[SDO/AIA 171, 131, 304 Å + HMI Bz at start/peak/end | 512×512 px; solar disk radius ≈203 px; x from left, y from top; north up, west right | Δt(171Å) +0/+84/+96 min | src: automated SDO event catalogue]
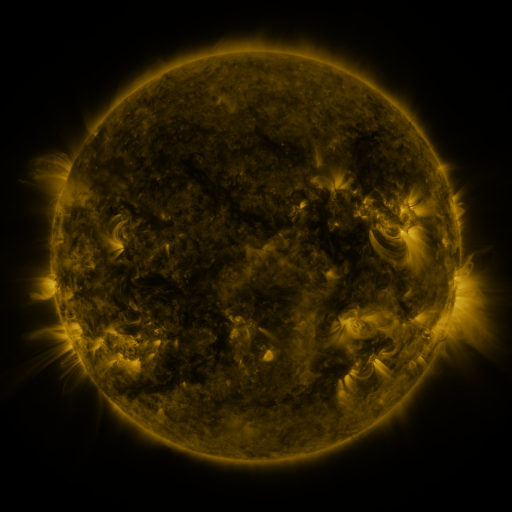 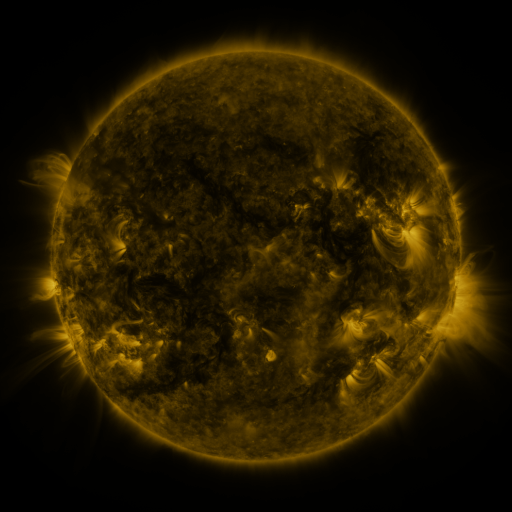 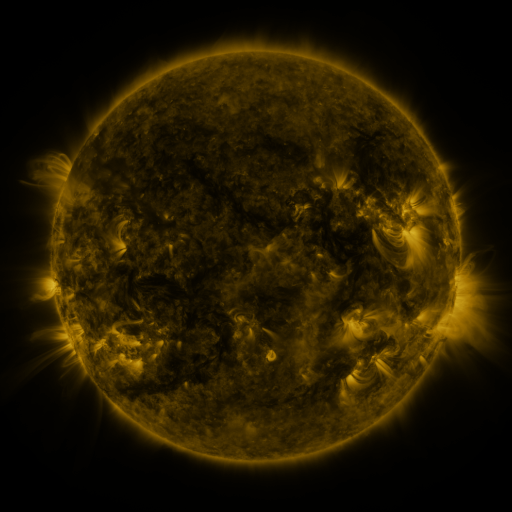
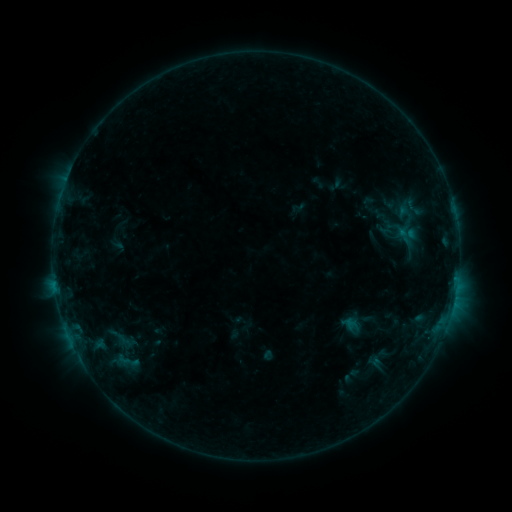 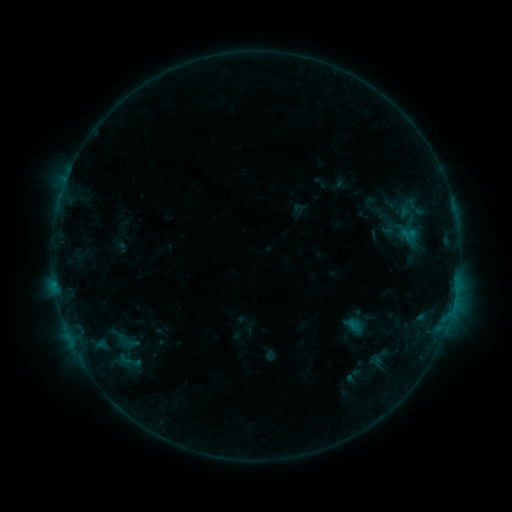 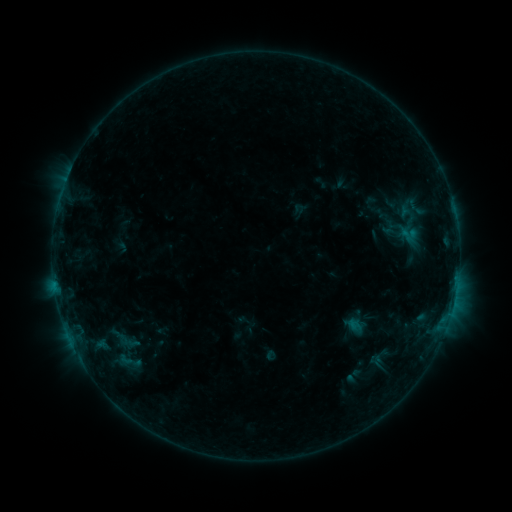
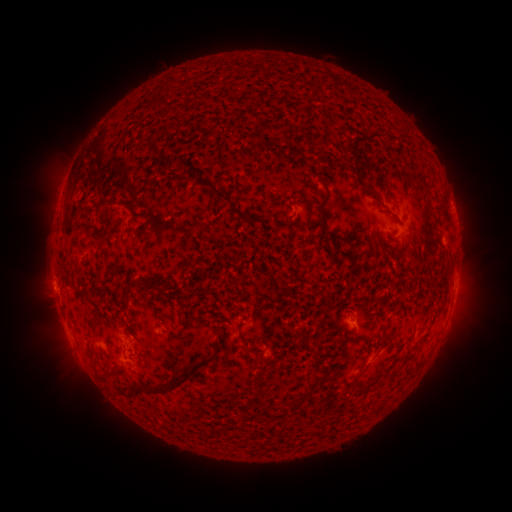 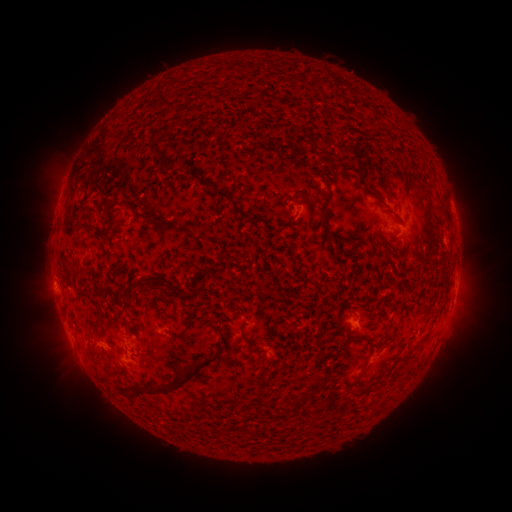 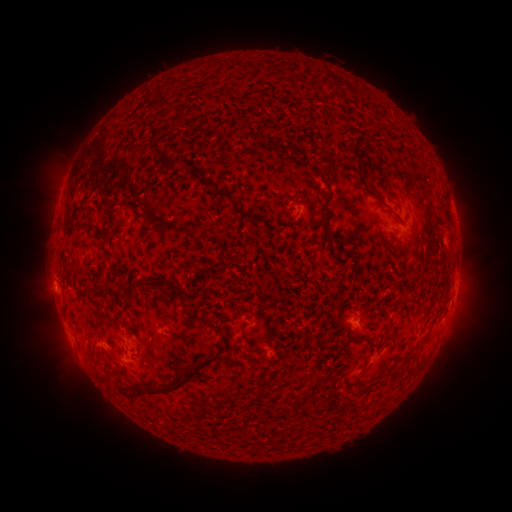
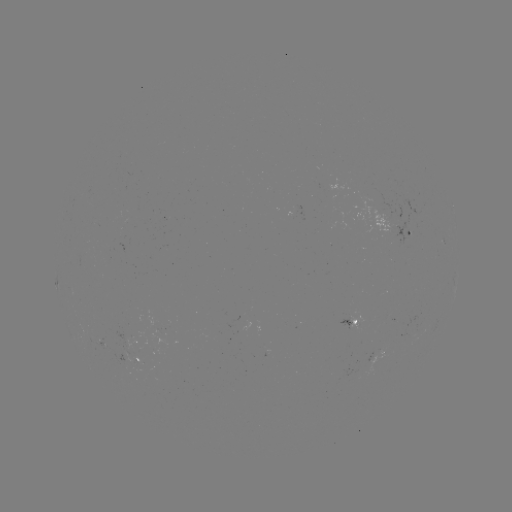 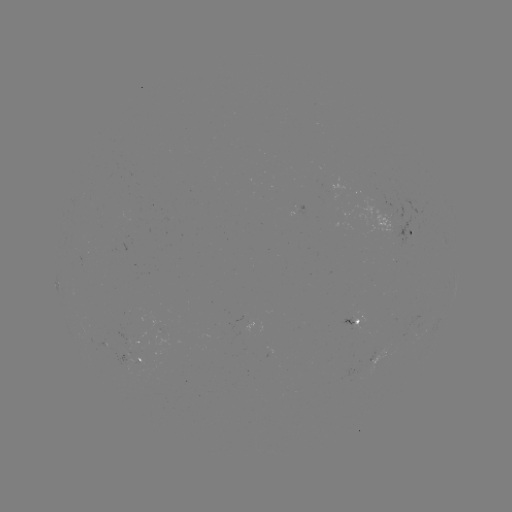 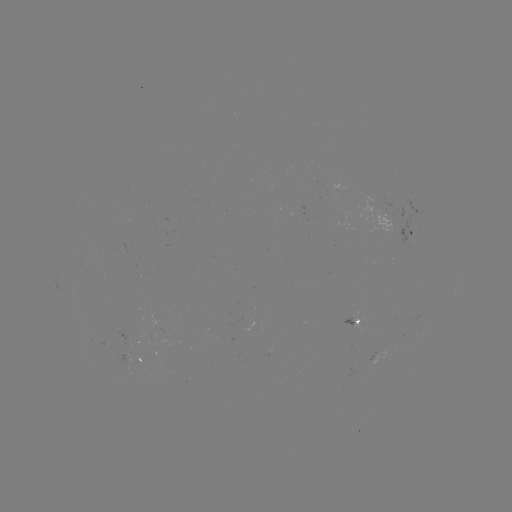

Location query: emerging-flux region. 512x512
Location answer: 350,317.